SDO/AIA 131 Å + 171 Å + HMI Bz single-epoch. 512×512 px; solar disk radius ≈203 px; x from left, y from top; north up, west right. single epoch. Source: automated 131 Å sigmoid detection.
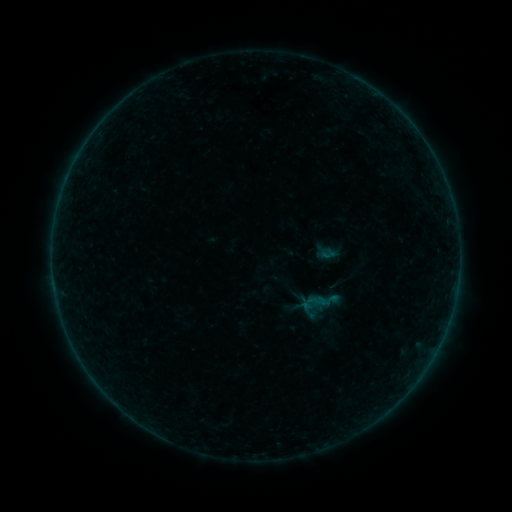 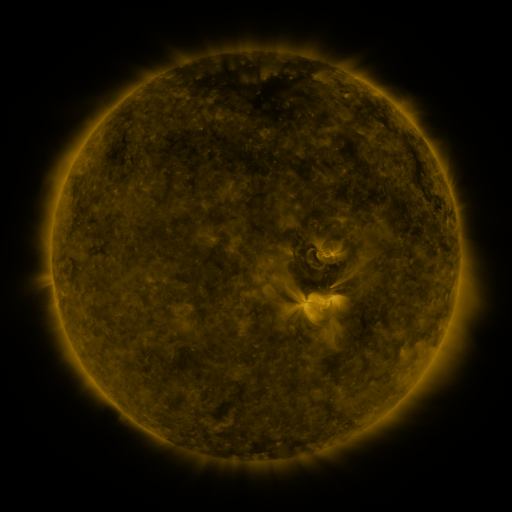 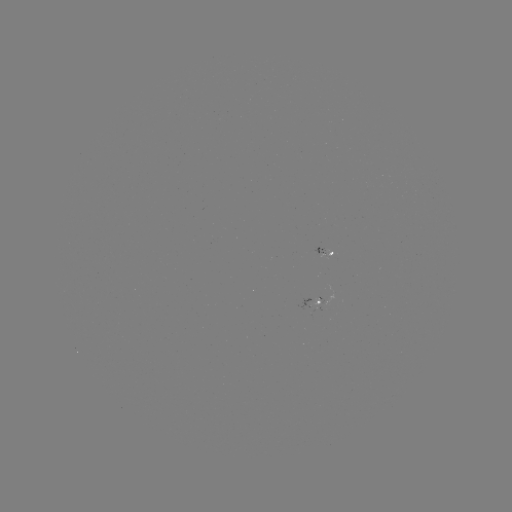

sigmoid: <bbox>307, 291, 327, 311</bbox>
